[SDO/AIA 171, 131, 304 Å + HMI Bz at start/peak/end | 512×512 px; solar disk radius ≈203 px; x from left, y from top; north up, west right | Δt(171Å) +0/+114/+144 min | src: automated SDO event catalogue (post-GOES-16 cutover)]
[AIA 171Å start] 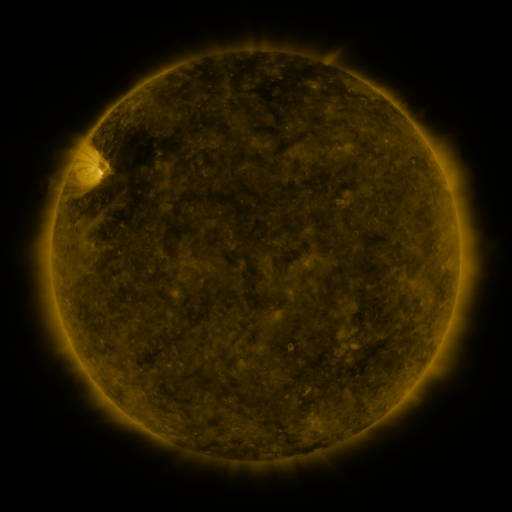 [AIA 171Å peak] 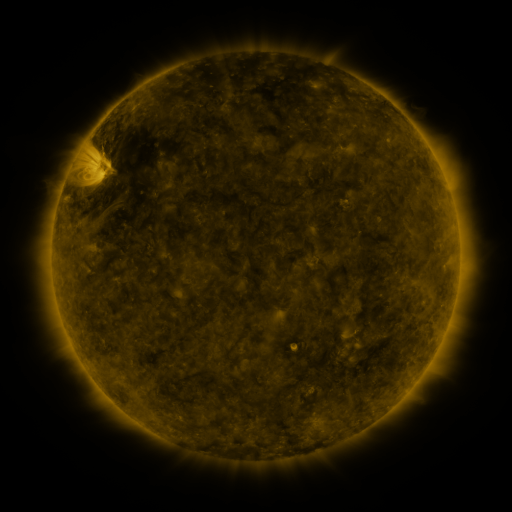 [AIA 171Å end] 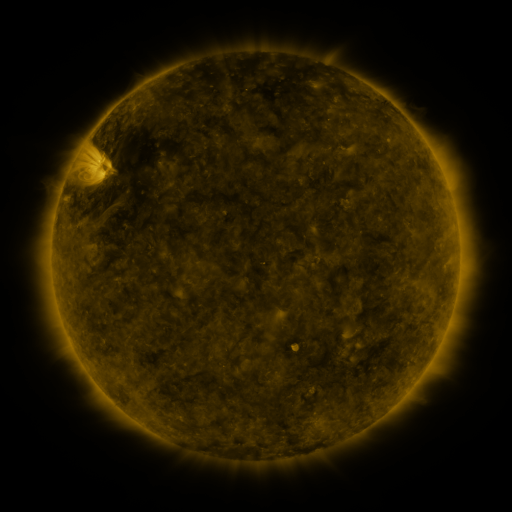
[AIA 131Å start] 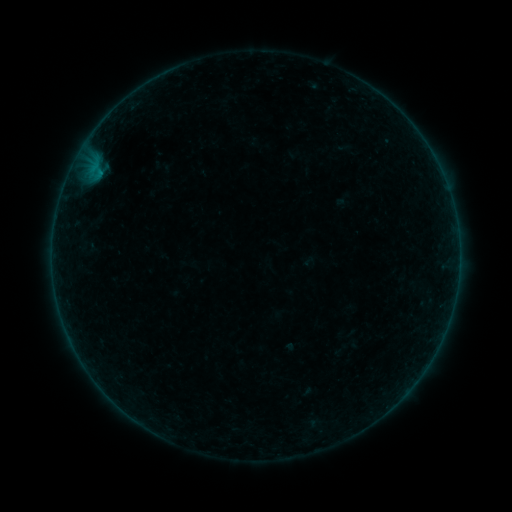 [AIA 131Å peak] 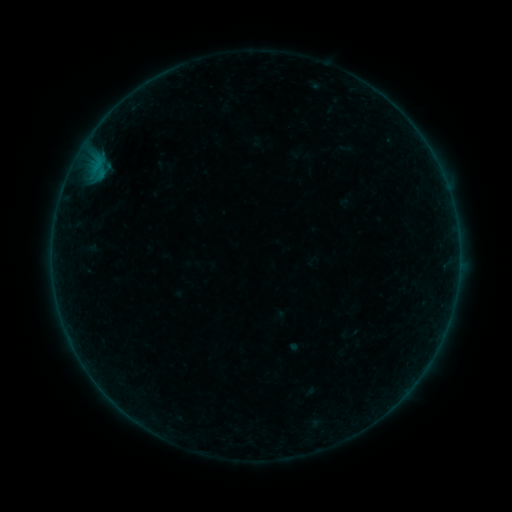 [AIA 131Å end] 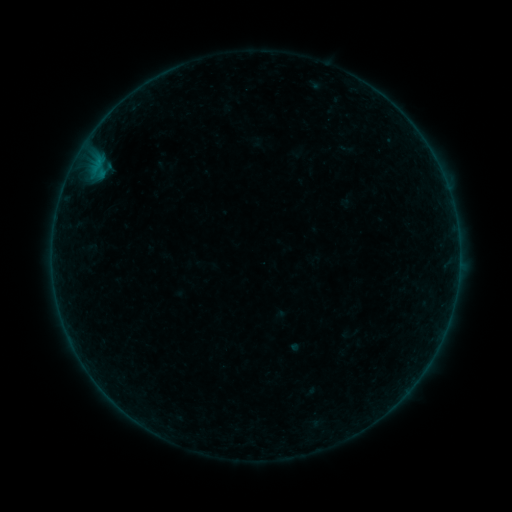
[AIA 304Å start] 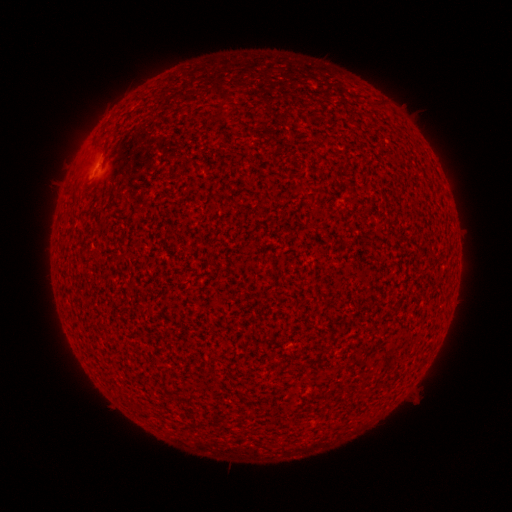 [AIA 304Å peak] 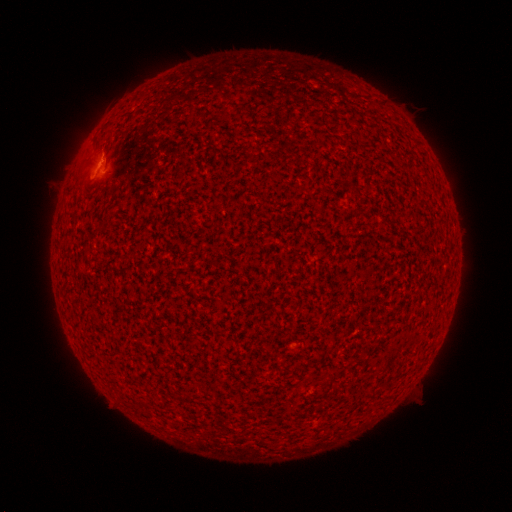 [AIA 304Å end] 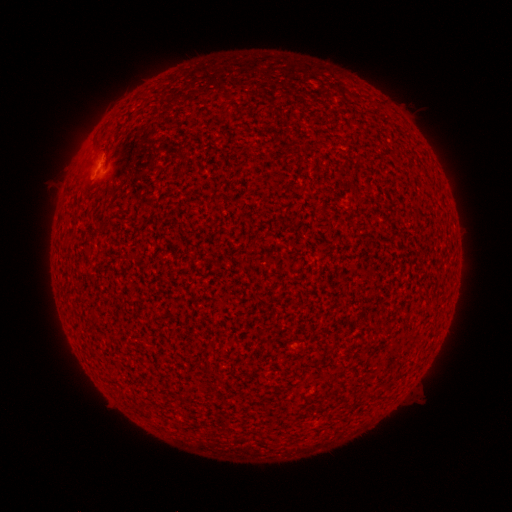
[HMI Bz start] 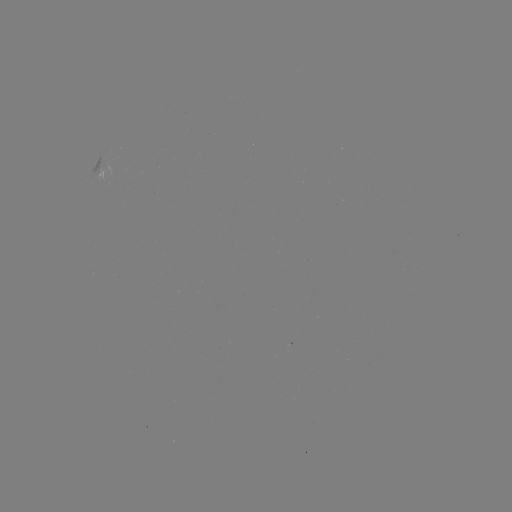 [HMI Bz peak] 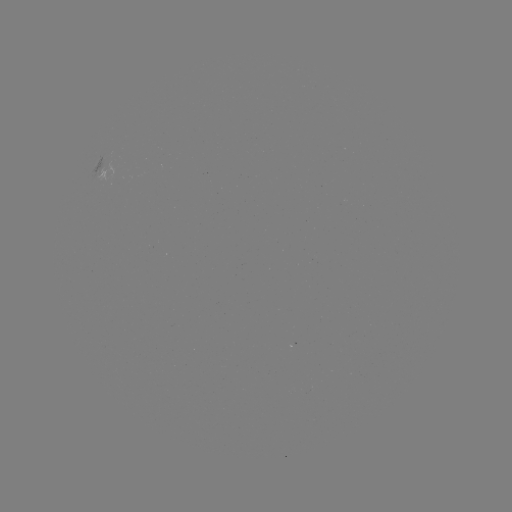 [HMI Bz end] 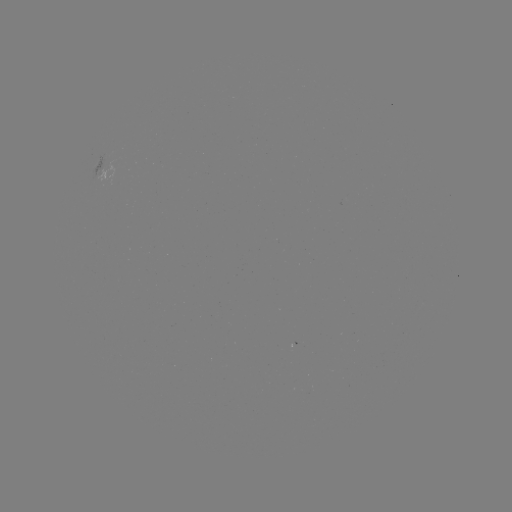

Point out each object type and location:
B1.3 flare: (100, 165)
